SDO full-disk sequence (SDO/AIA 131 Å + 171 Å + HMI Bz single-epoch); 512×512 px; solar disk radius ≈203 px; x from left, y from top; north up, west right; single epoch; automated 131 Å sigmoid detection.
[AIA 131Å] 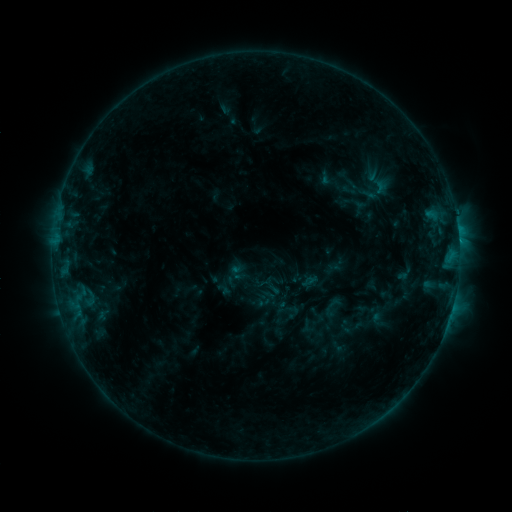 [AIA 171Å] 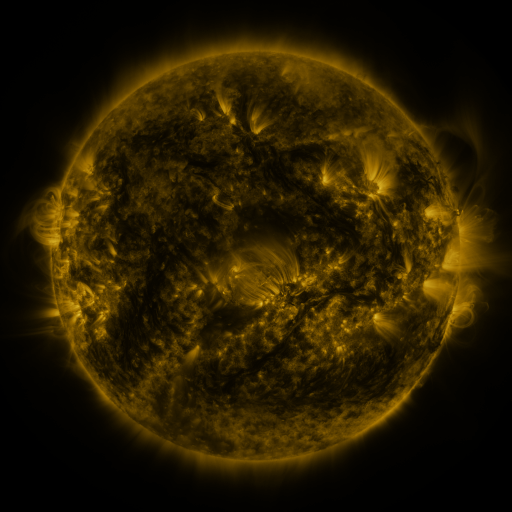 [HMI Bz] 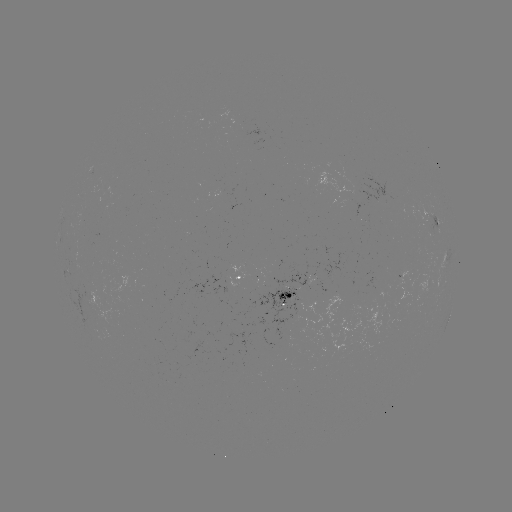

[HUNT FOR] sigmoid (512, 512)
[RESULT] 379,182